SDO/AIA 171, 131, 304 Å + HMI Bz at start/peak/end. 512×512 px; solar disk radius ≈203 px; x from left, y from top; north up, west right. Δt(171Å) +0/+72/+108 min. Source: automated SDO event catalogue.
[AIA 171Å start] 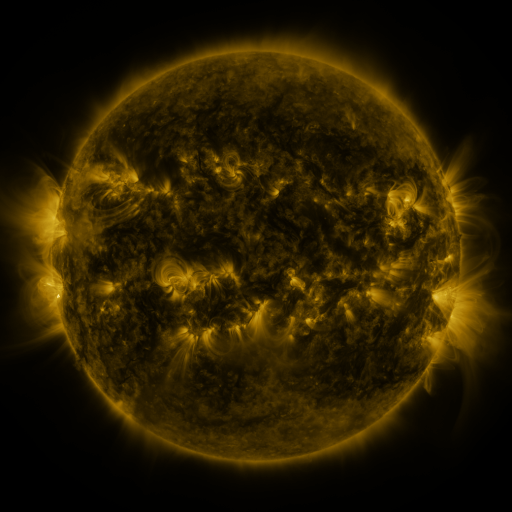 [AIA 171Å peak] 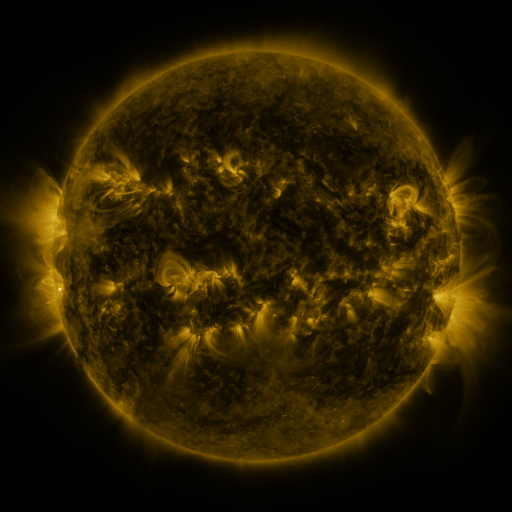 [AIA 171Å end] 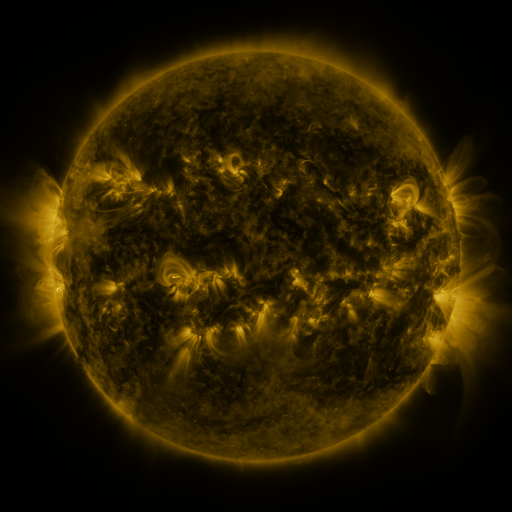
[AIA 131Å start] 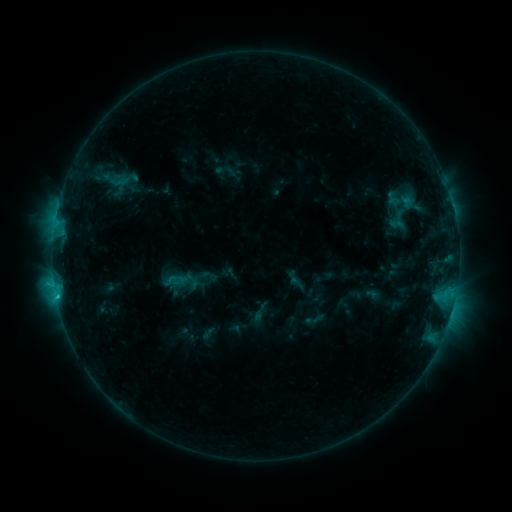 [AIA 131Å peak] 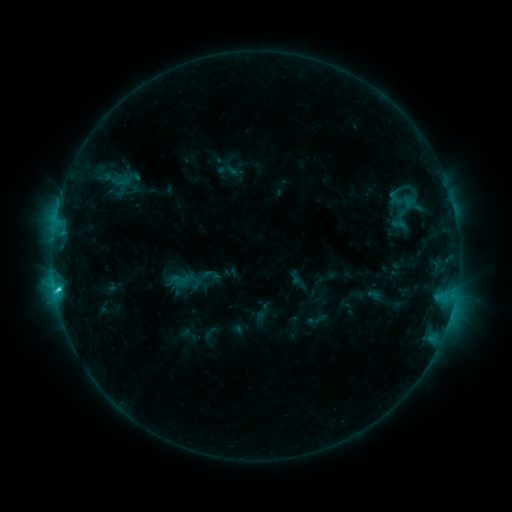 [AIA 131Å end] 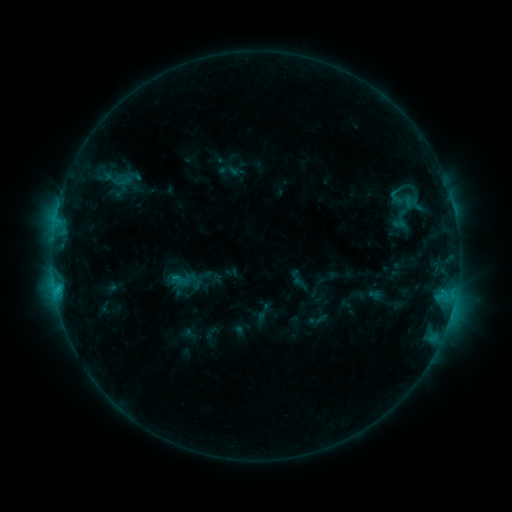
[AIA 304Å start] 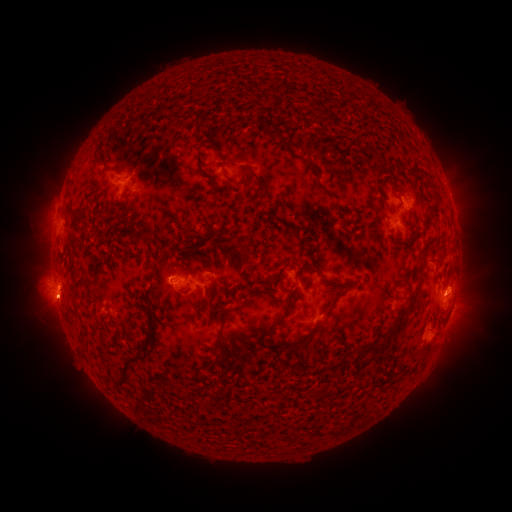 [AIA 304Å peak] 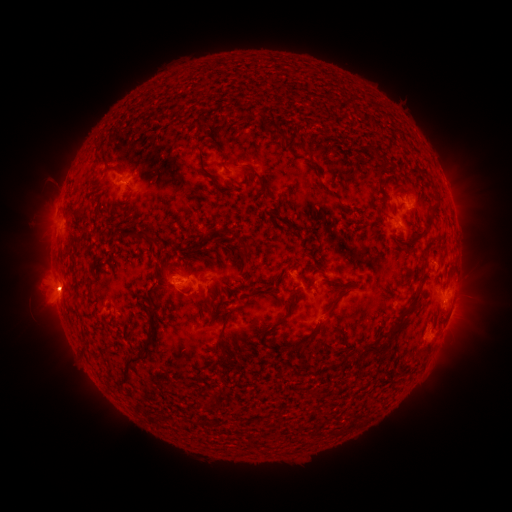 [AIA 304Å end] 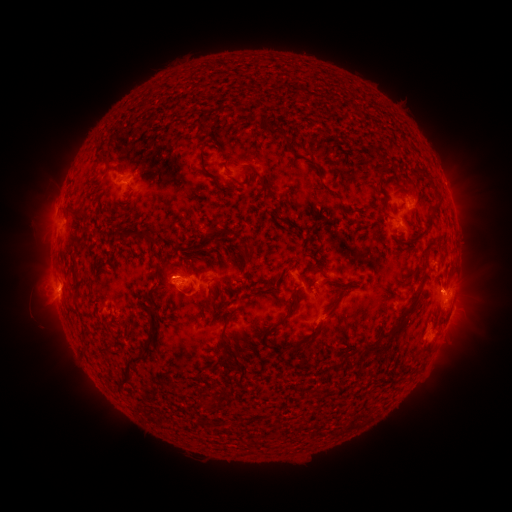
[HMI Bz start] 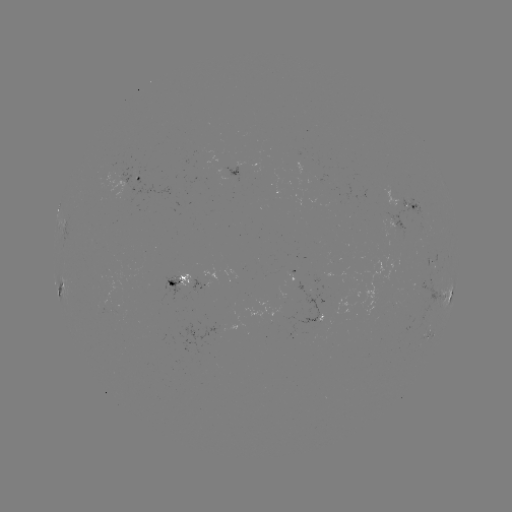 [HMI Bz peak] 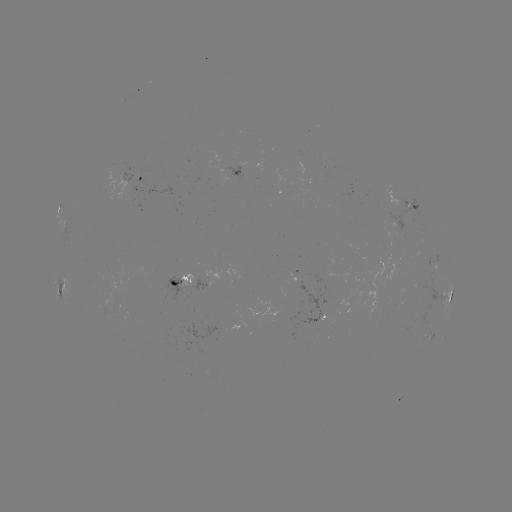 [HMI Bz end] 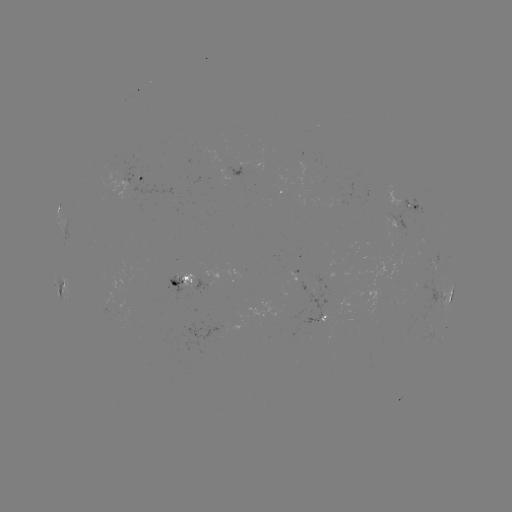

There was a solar emerging-flux region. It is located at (424, 263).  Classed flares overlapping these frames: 1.